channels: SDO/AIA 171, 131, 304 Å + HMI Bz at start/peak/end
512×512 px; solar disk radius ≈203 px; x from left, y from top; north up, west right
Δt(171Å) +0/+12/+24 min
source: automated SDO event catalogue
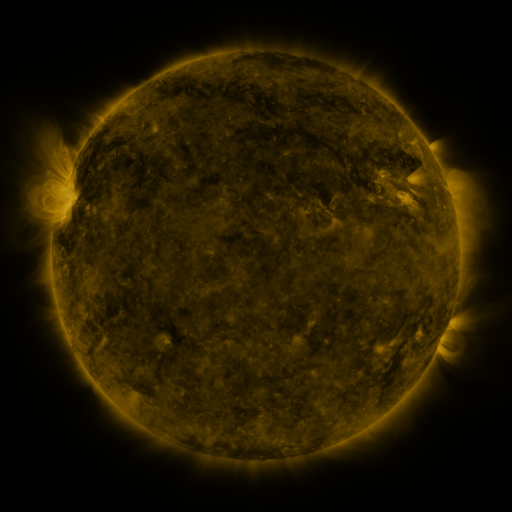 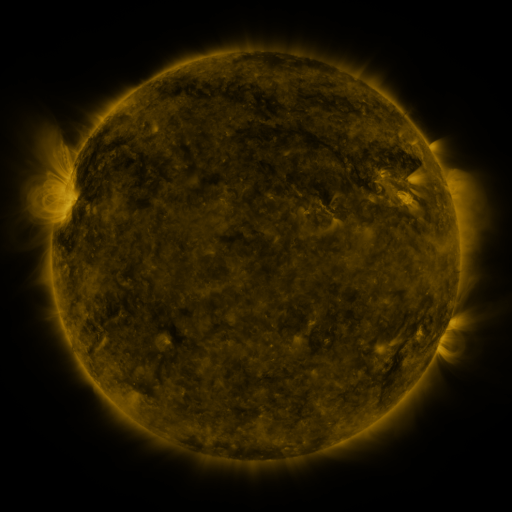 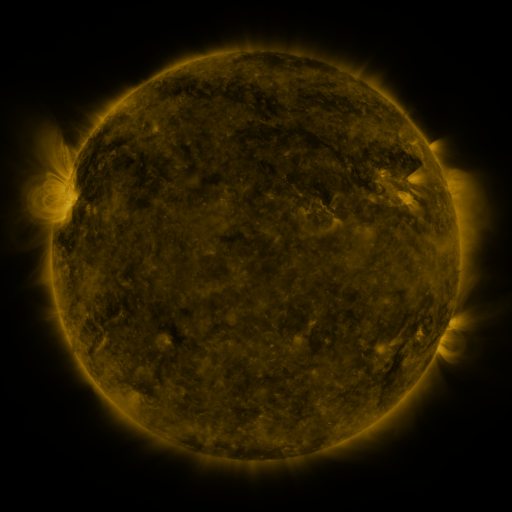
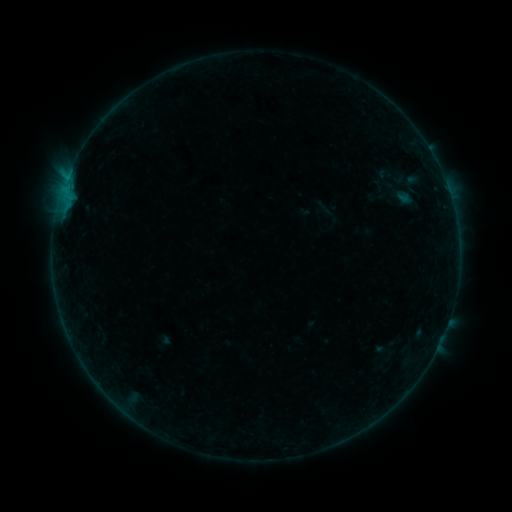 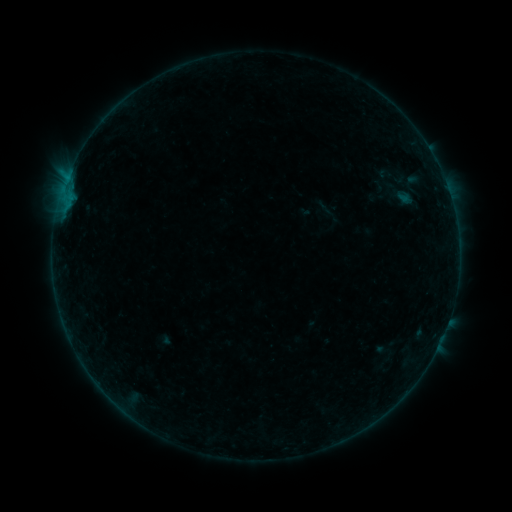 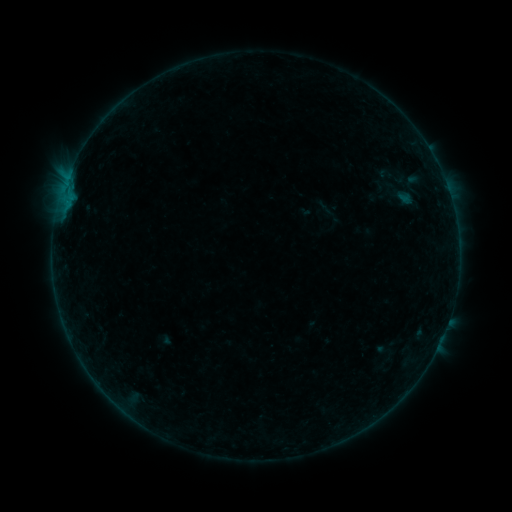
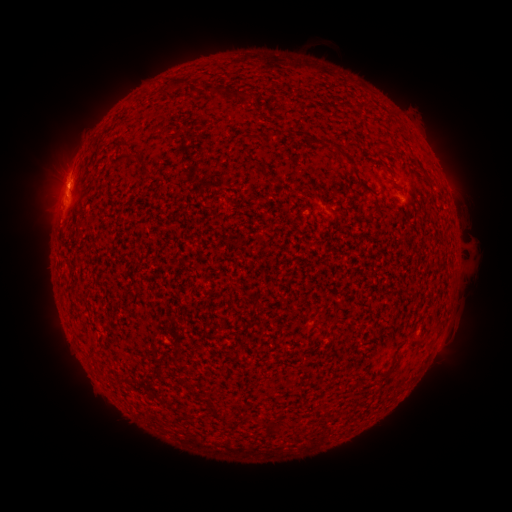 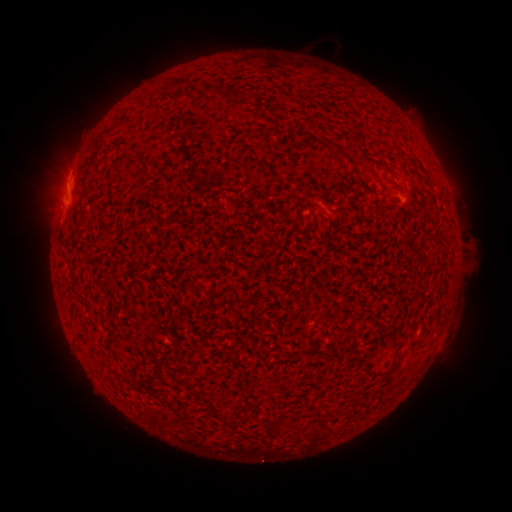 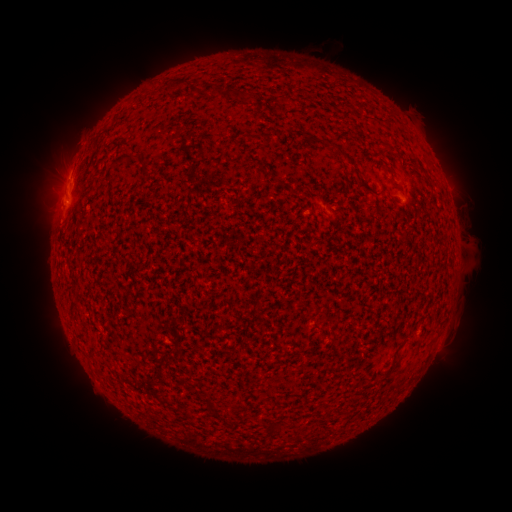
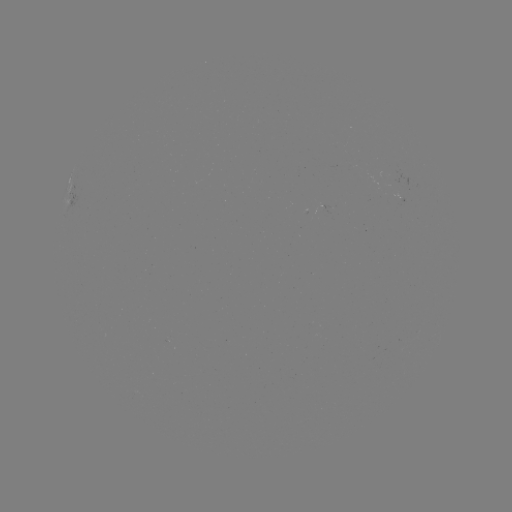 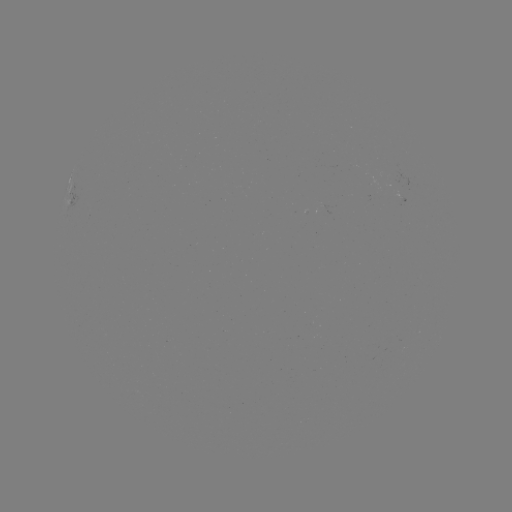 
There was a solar eruption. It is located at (61, 181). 